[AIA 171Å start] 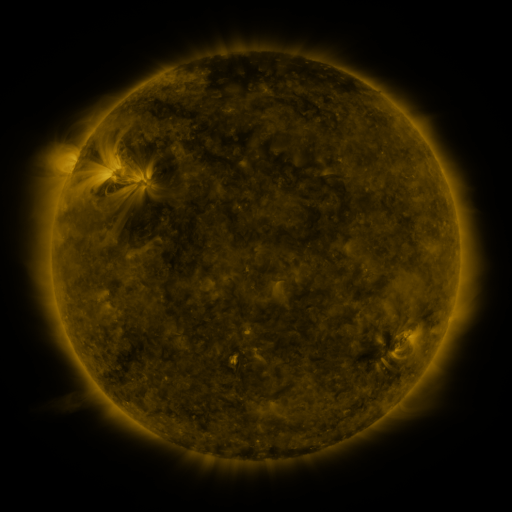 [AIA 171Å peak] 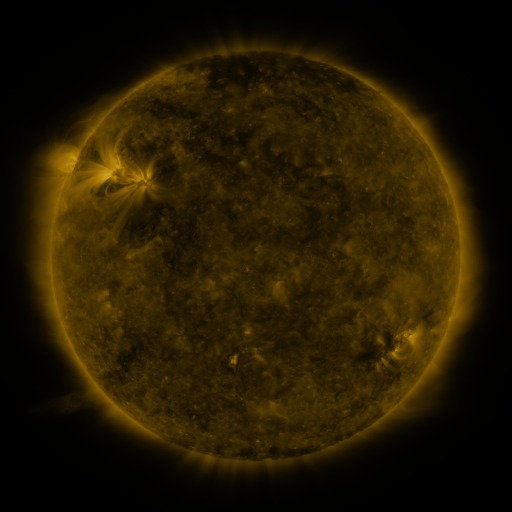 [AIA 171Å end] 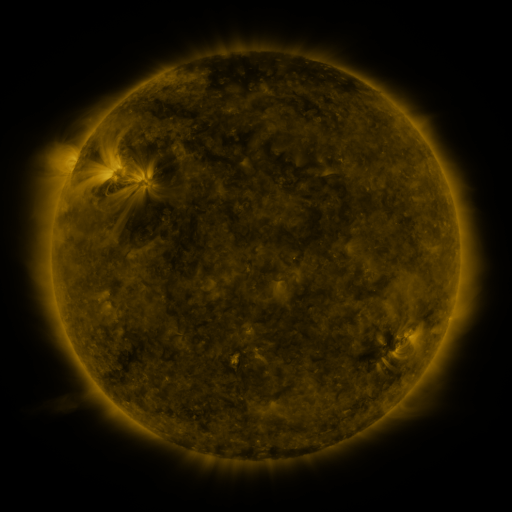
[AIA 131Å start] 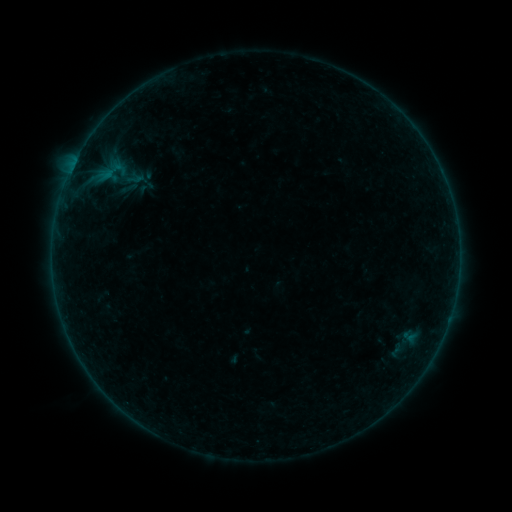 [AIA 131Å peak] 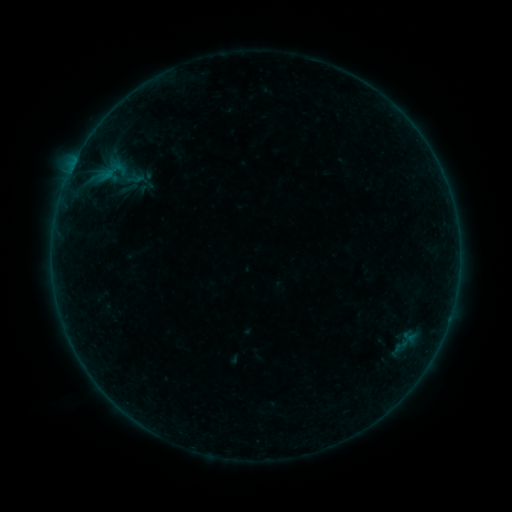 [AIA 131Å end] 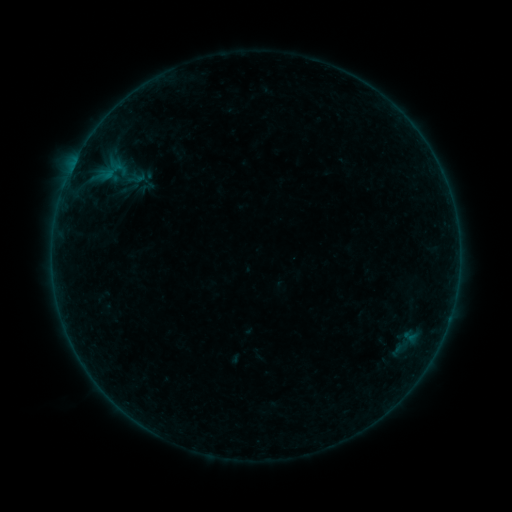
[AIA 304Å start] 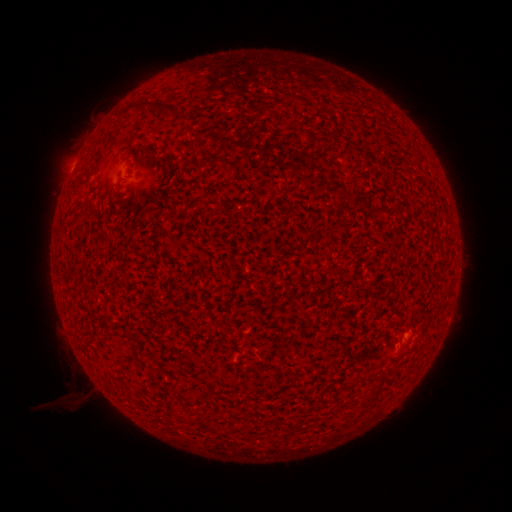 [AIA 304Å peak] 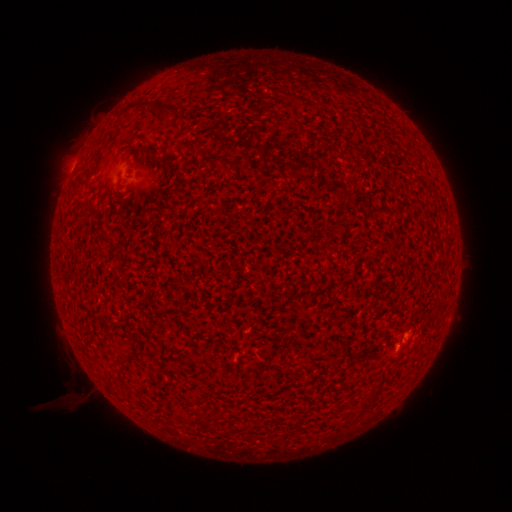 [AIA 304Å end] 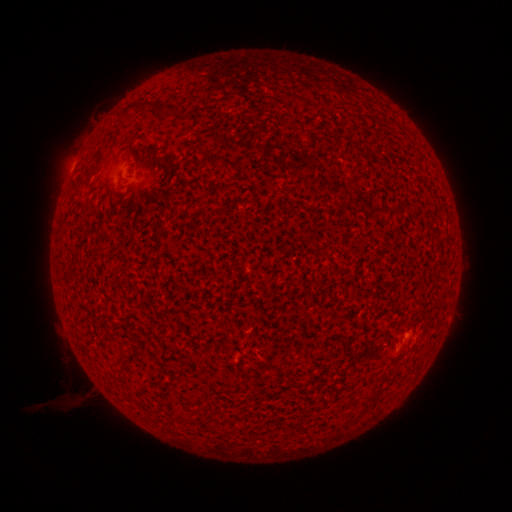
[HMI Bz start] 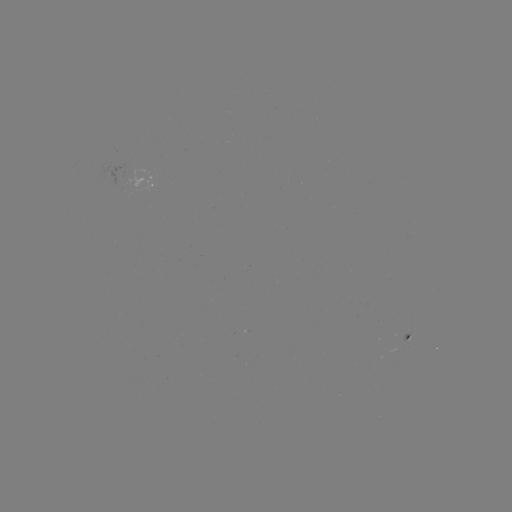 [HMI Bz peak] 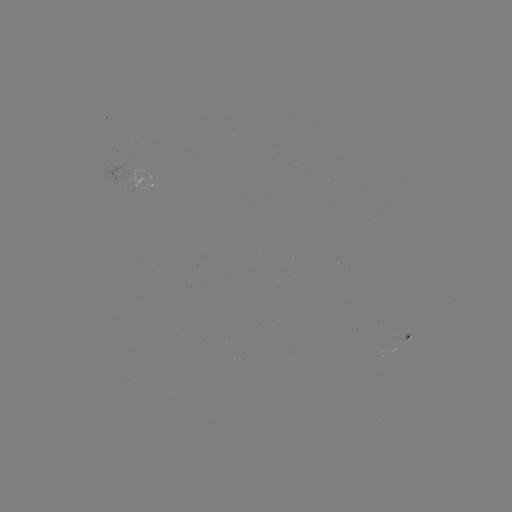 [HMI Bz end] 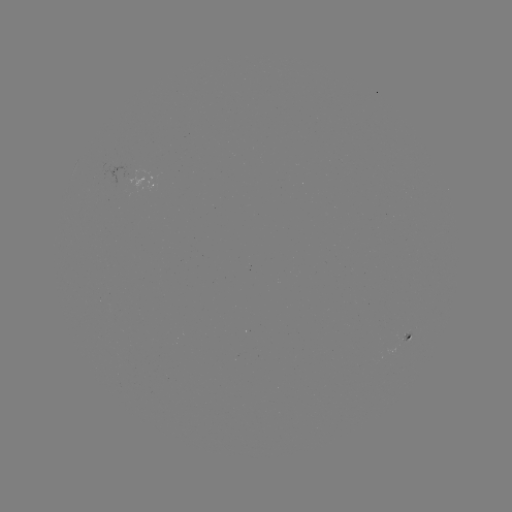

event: flare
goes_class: A8.7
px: (402, 343)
